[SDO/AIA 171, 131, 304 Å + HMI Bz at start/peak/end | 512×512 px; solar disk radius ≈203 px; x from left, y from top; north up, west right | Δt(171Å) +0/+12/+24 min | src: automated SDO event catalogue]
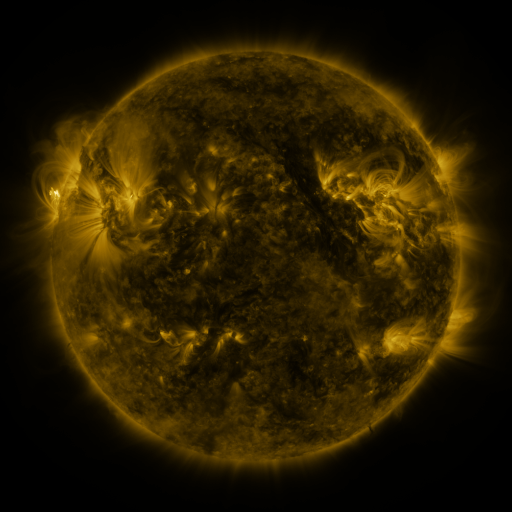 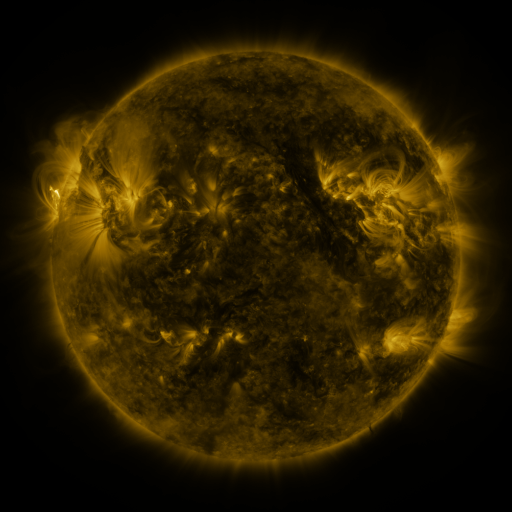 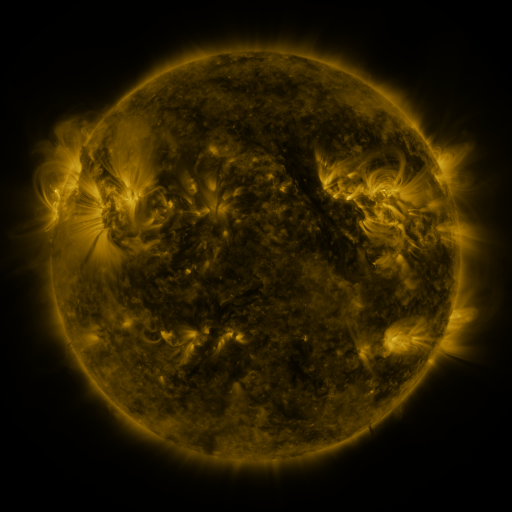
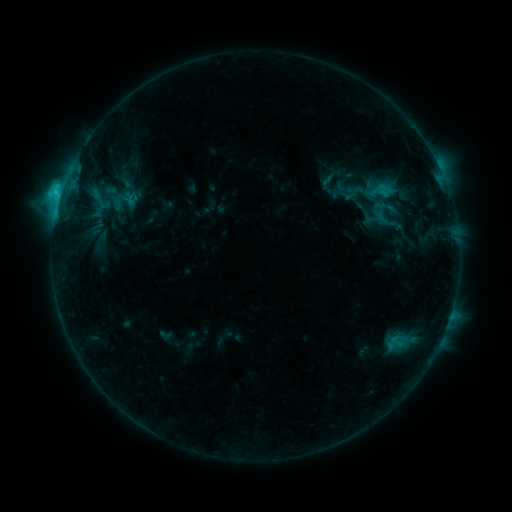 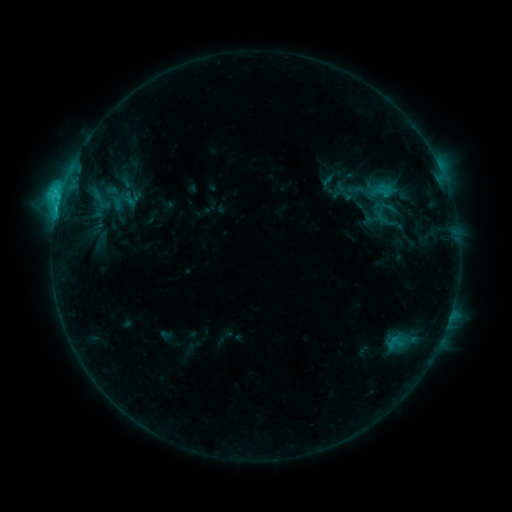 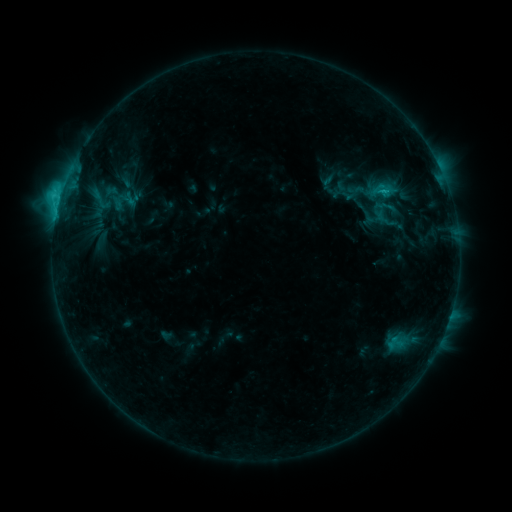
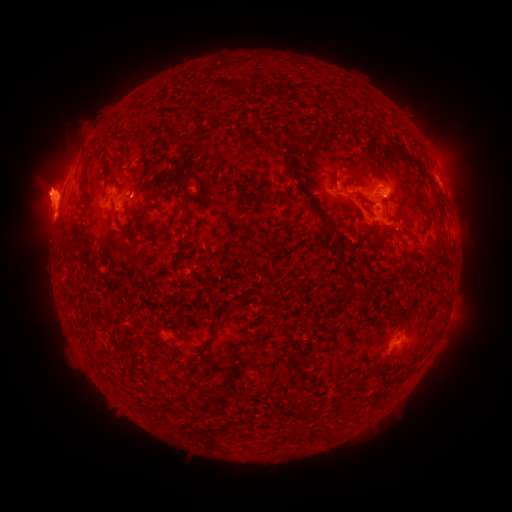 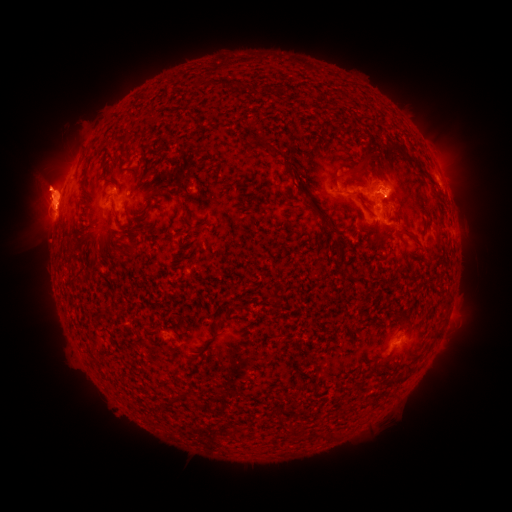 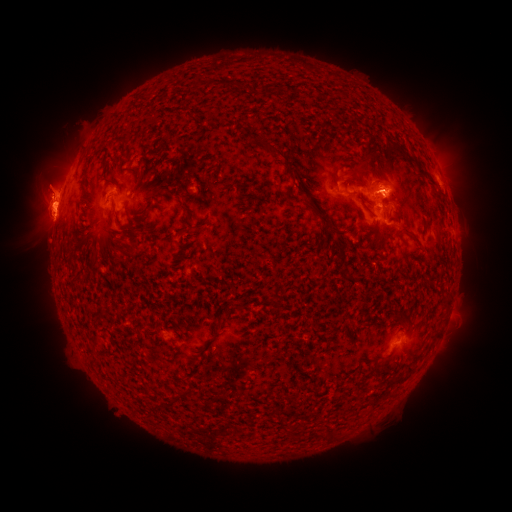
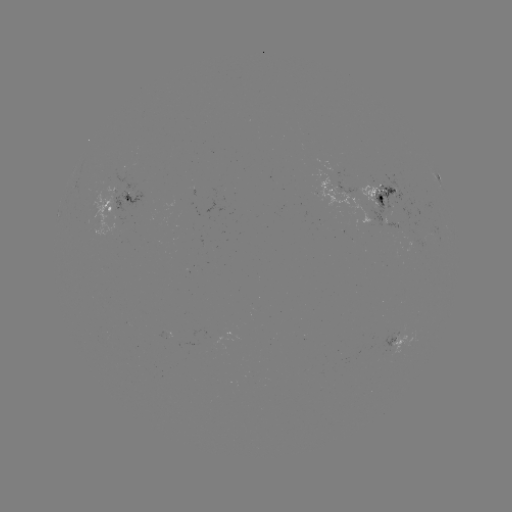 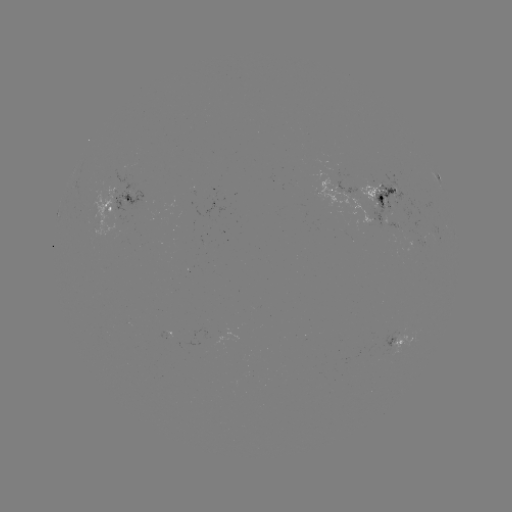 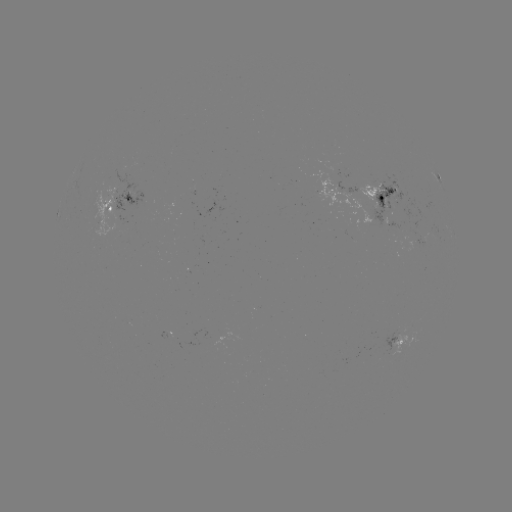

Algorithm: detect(eruption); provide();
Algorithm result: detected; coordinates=[44, 198]